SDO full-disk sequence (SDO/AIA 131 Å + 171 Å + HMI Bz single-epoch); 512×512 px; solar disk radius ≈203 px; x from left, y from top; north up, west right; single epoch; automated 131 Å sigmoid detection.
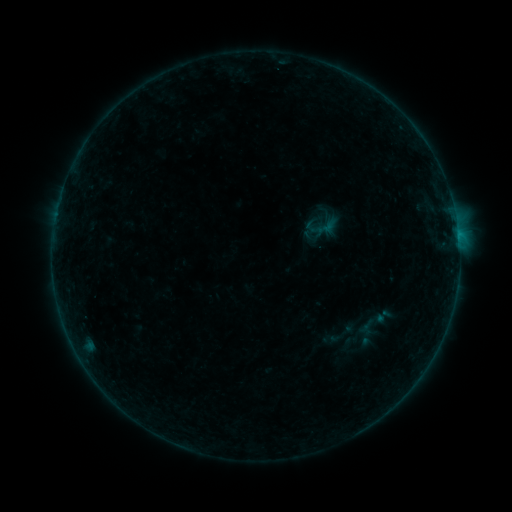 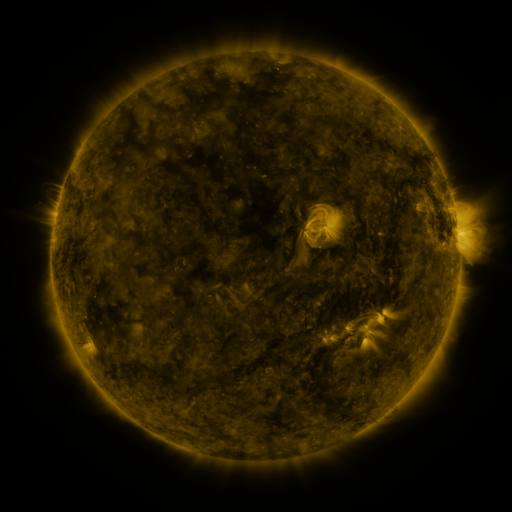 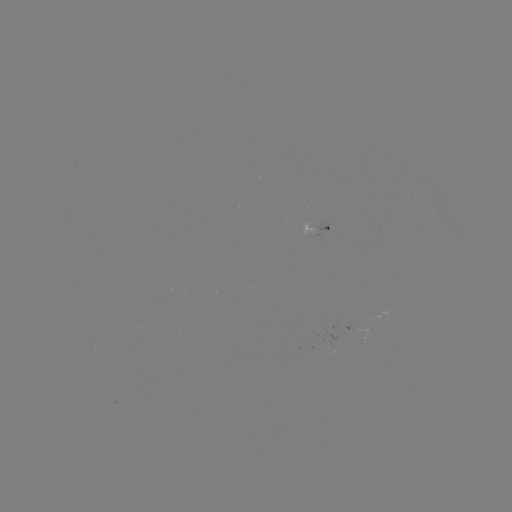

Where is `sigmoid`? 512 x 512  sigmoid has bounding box [313, 216, 339, 239].